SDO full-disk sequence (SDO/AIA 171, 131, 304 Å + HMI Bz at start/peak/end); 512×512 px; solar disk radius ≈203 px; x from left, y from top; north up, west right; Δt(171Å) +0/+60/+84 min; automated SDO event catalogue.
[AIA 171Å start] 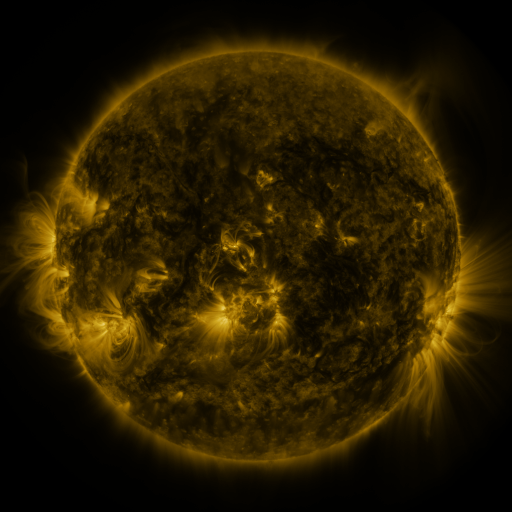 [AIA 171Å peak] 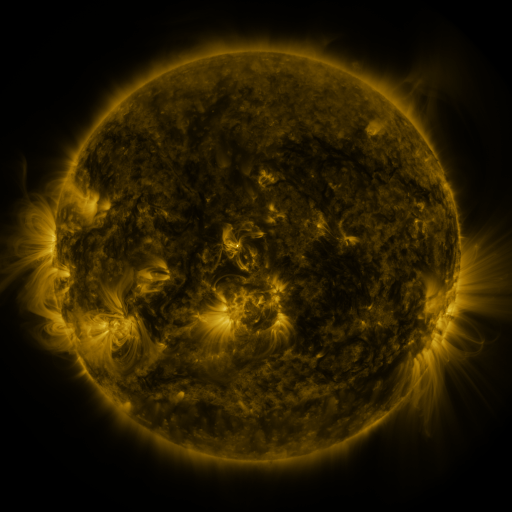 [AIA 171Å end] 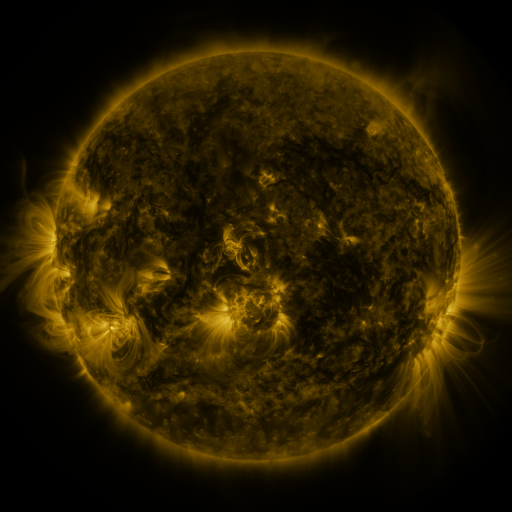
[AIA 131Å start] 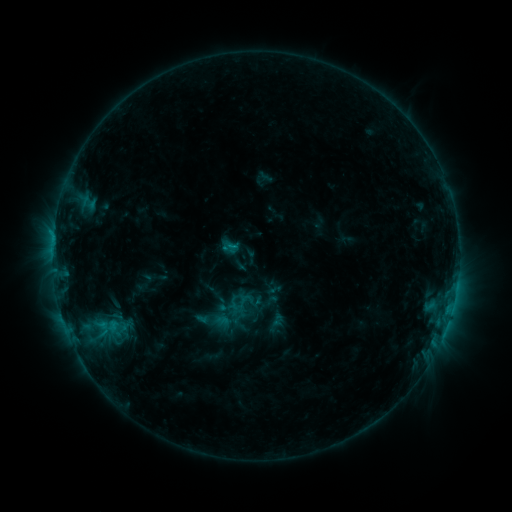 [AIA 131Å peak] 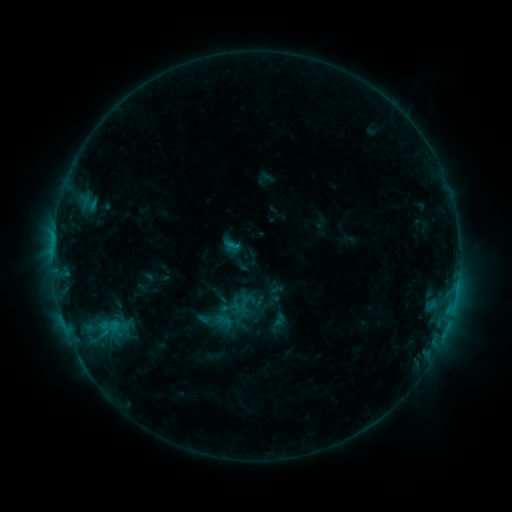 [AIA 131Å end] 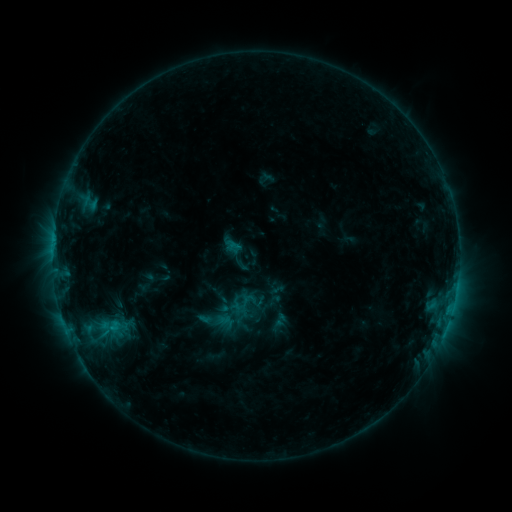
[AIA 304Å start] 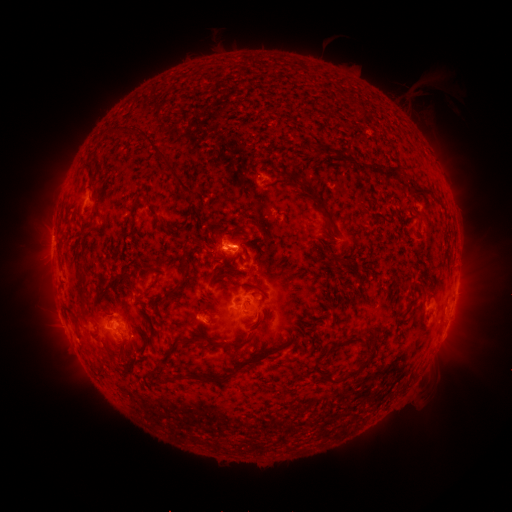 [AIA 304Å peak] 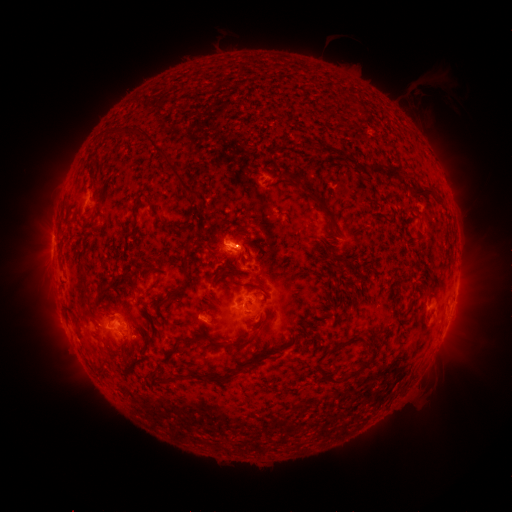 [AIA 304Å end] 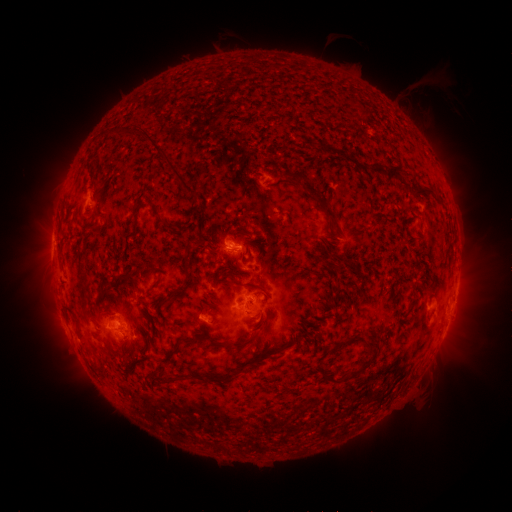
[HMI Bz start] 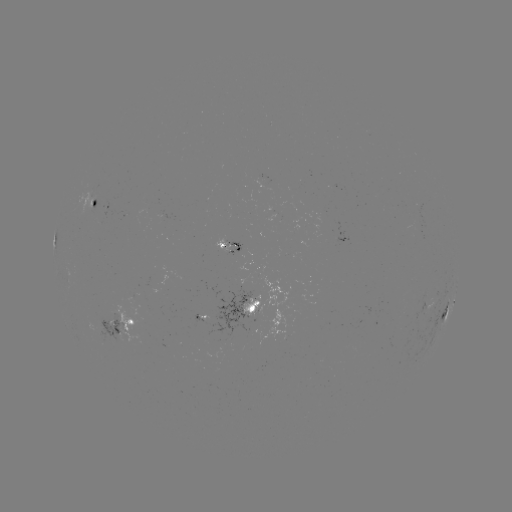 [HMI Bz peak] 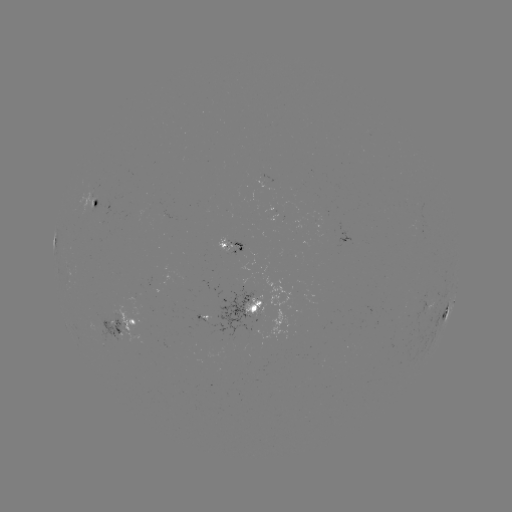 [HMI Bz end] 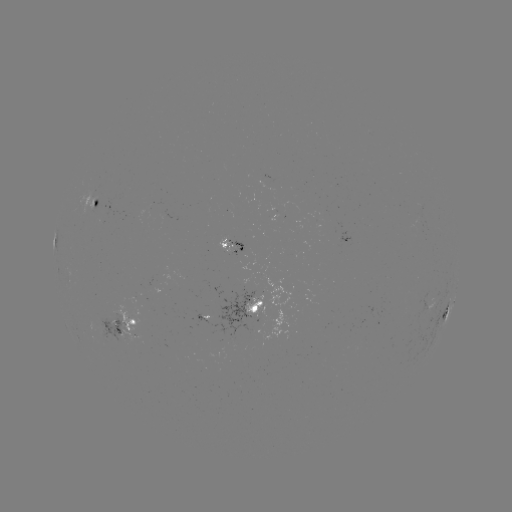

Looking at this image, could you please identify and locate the emerging-flux region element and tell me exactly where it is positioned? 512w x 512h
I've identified emerging-flux region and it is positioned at [418, 219].